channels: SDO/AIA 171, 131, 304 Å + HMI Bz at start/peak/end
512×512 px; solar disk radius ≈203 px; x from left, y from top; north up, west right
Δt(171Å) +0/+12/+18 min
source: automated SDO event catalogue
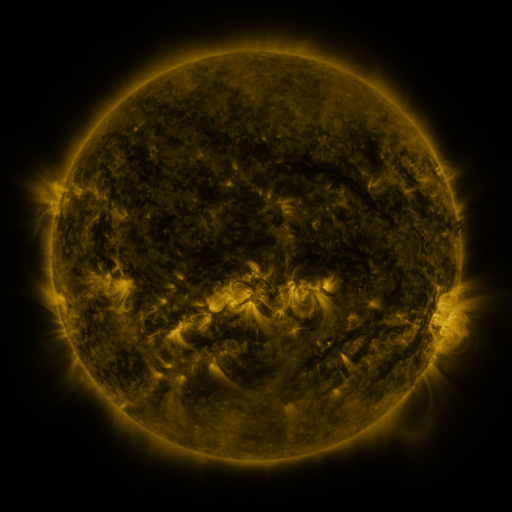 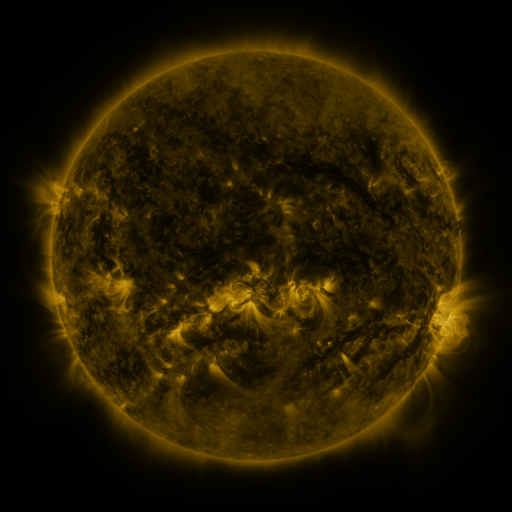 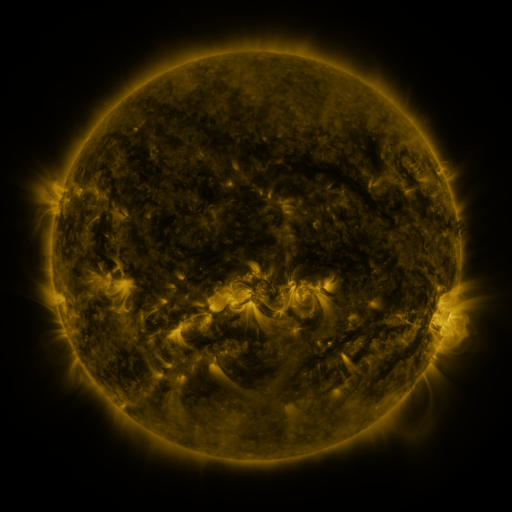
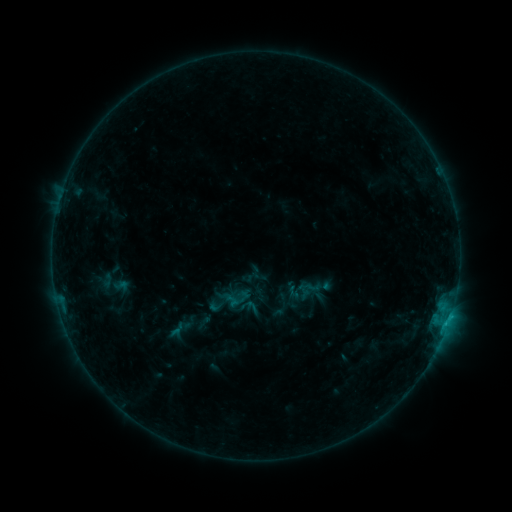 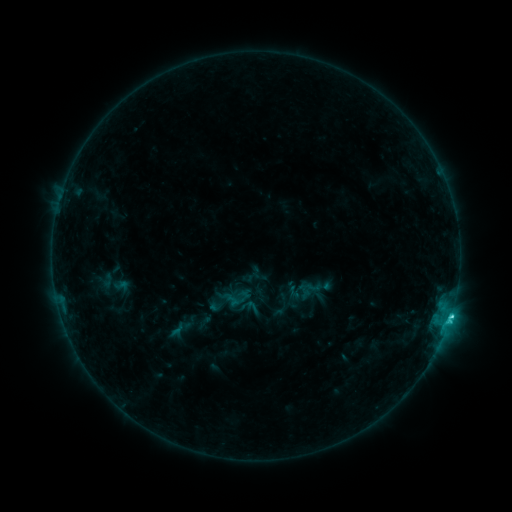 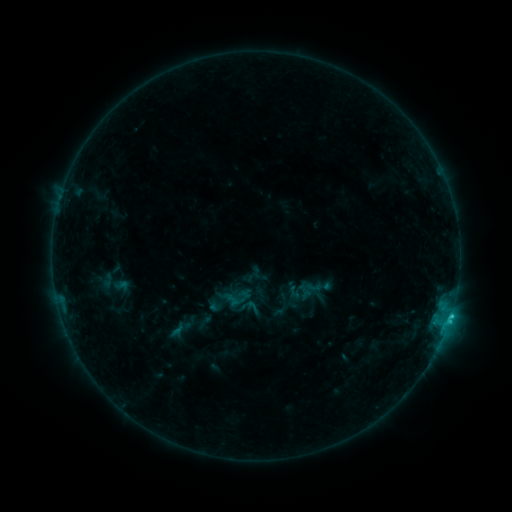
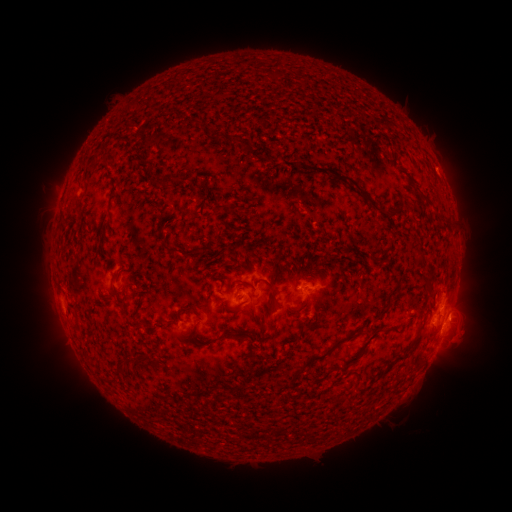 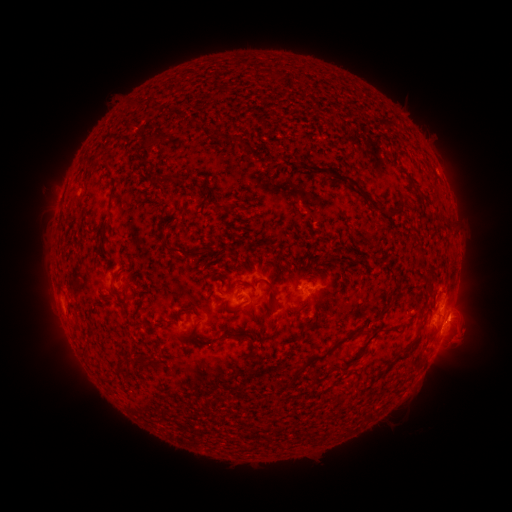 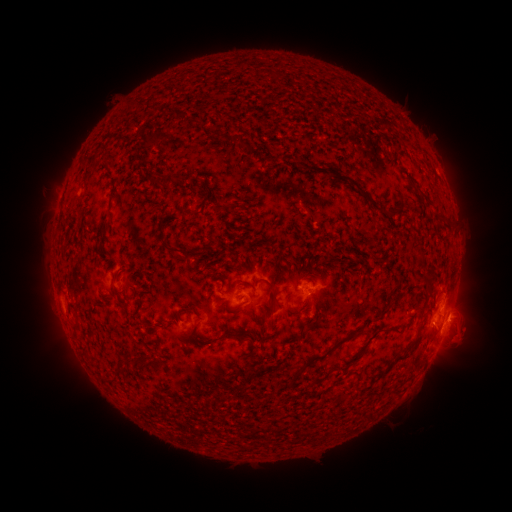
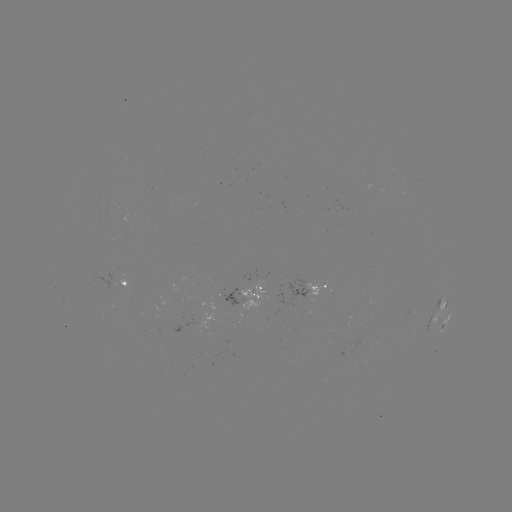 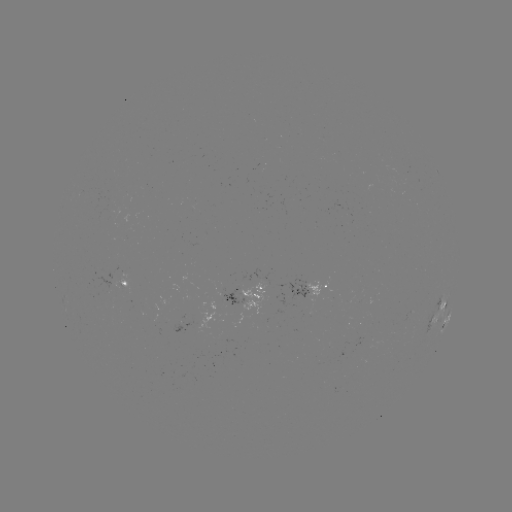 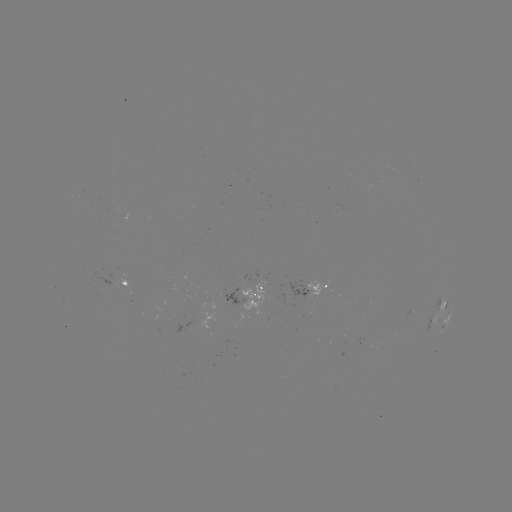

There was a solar flare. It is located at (450, 315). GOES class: C1.6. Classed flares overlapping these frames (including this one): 1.